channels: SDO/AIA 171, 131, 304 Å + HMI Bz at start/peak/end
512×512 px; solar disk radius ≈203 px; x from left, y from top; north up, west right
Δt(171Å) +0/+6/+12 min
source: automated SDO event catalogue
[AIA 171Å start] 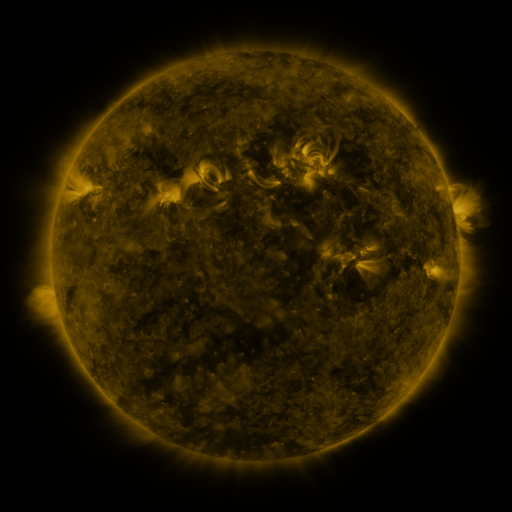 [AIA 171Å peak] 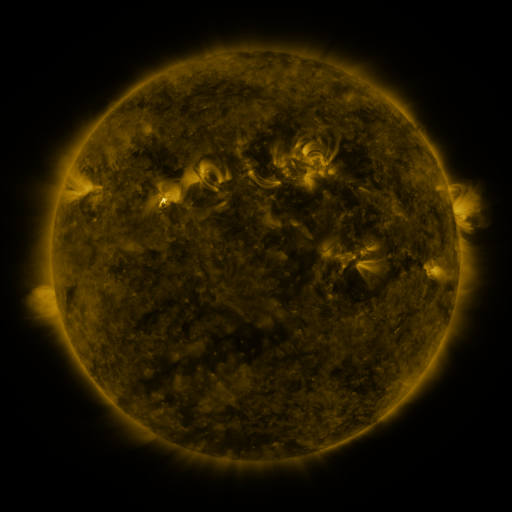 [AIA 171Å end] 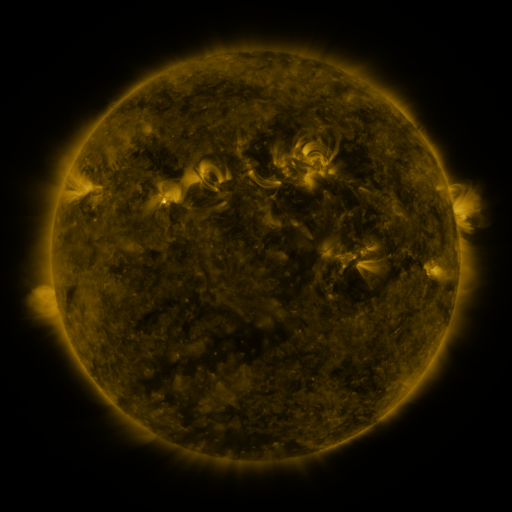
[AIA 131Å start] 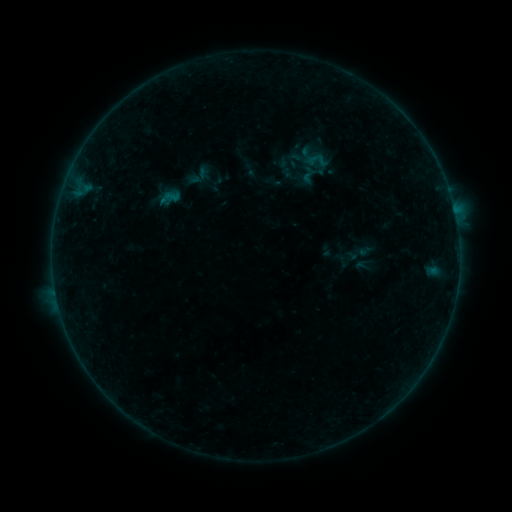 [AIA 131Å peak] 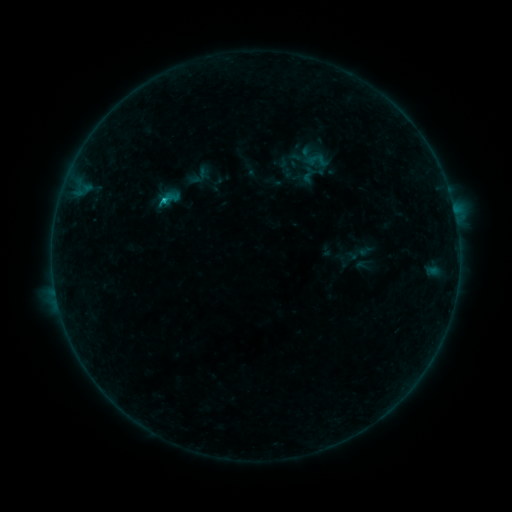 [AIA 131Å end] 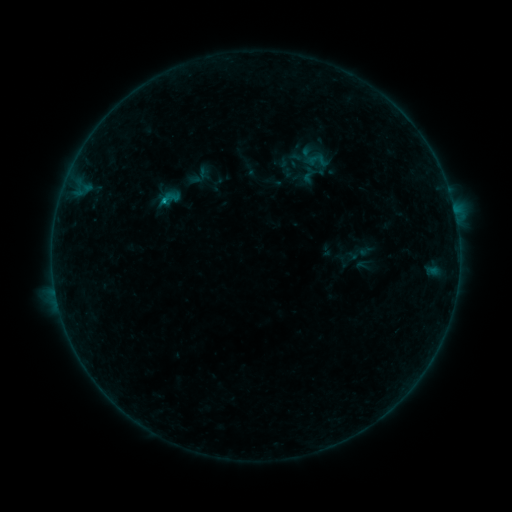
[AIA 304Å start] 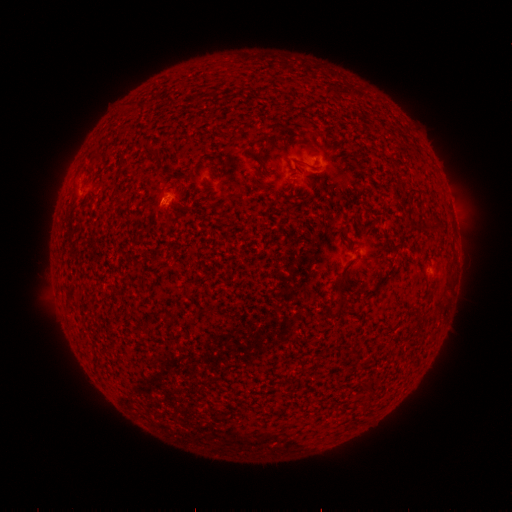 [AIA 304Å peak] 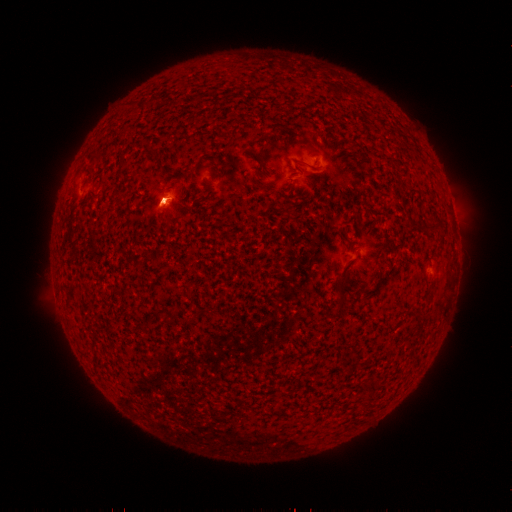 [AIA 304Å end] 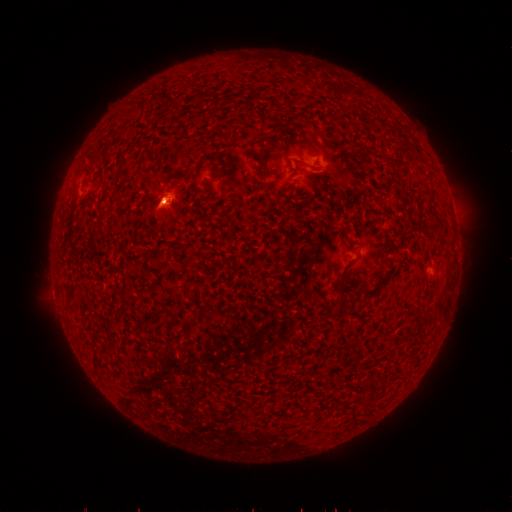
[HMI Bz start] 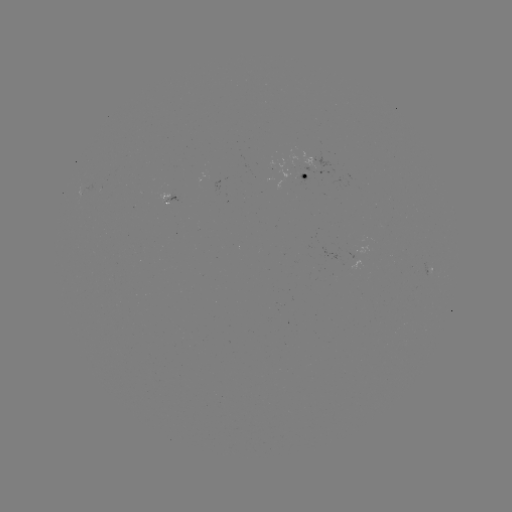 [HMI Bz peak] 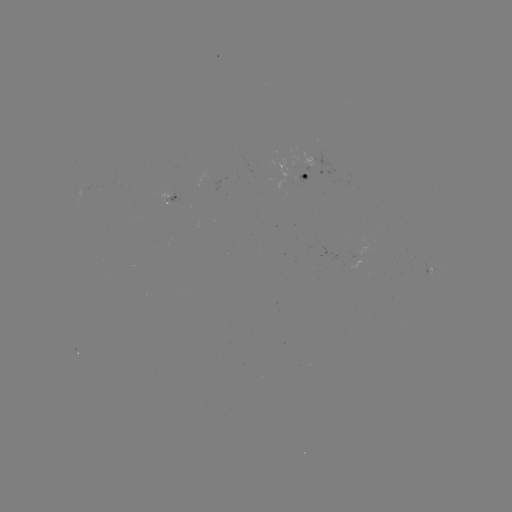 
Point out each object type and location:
B3.2 flare: (167, 201)
